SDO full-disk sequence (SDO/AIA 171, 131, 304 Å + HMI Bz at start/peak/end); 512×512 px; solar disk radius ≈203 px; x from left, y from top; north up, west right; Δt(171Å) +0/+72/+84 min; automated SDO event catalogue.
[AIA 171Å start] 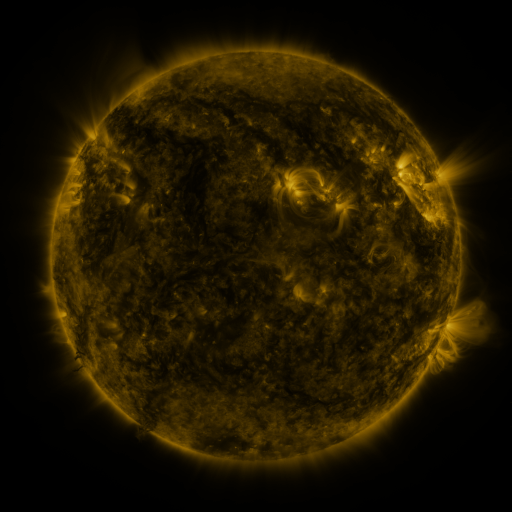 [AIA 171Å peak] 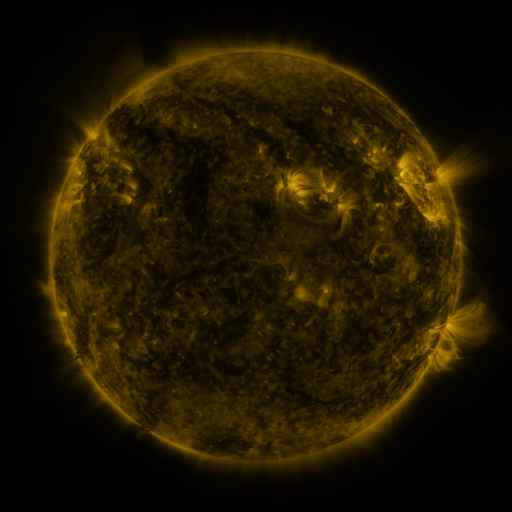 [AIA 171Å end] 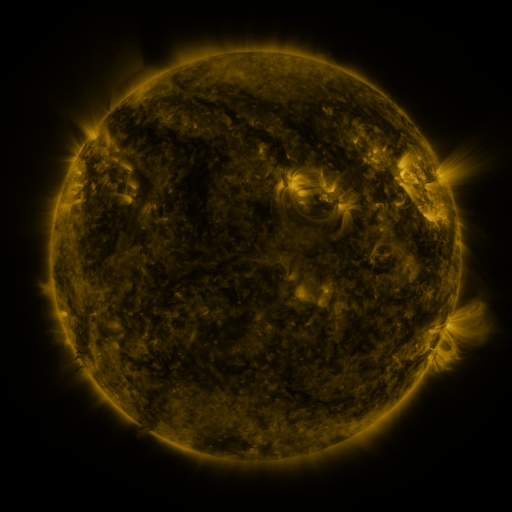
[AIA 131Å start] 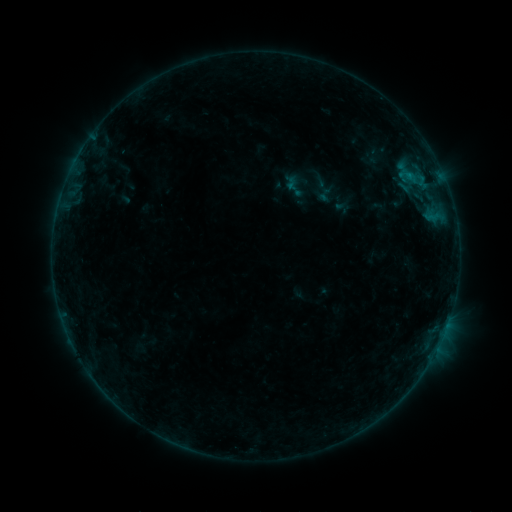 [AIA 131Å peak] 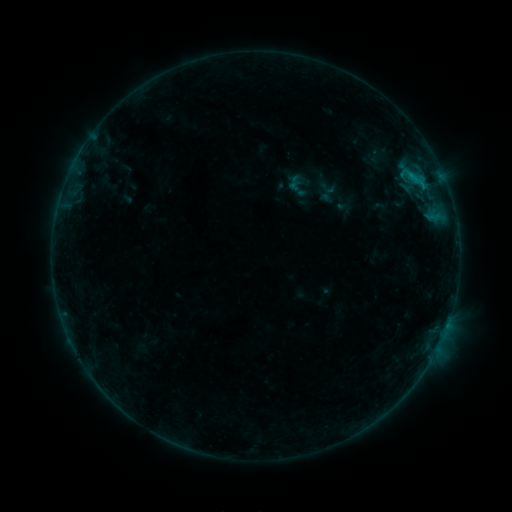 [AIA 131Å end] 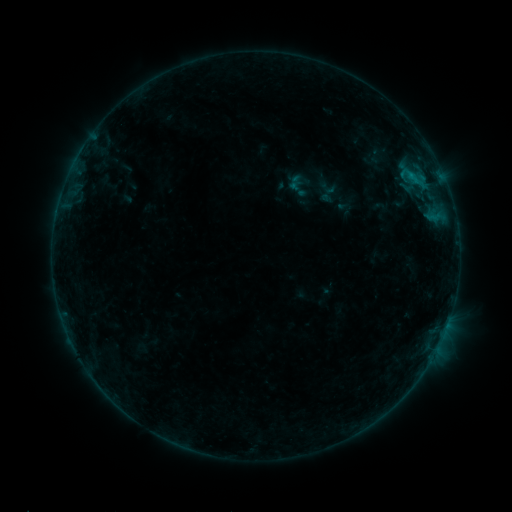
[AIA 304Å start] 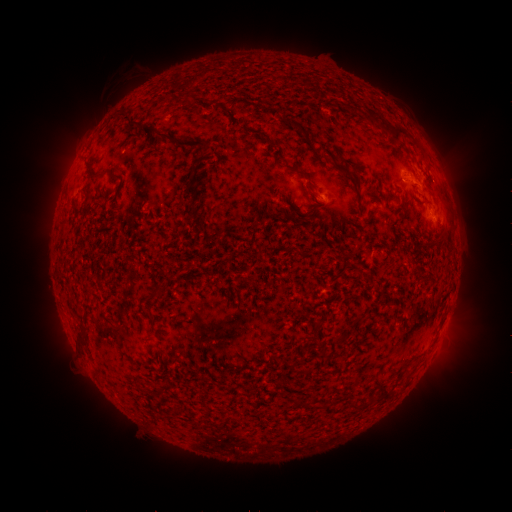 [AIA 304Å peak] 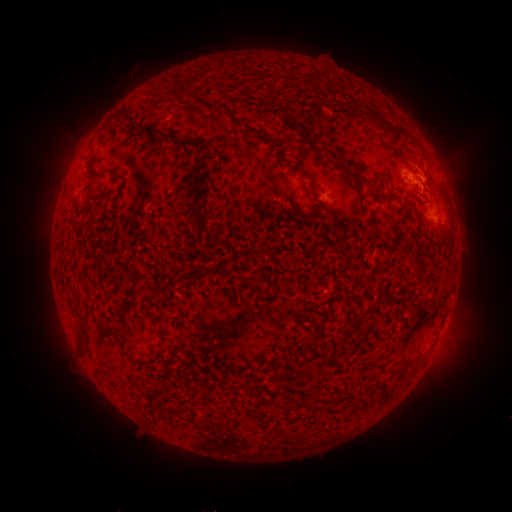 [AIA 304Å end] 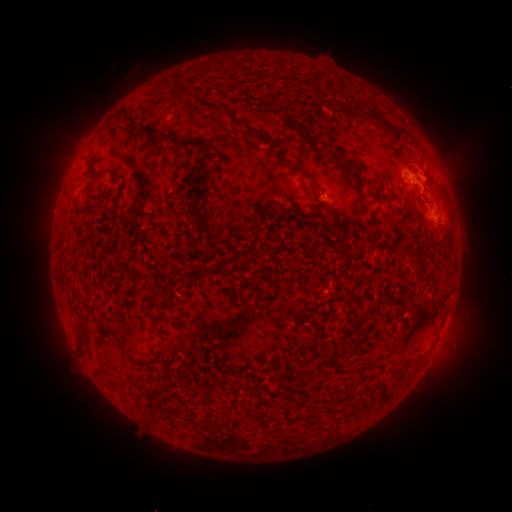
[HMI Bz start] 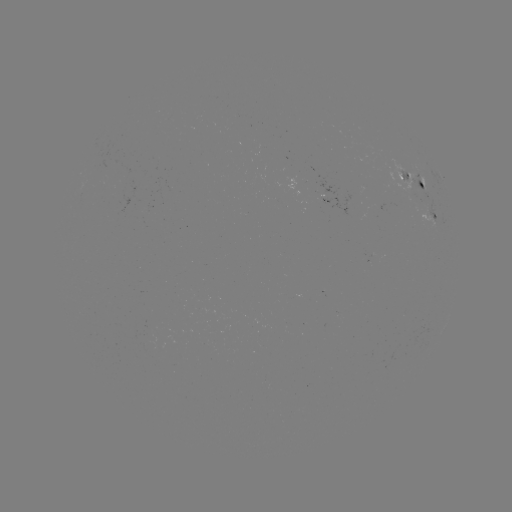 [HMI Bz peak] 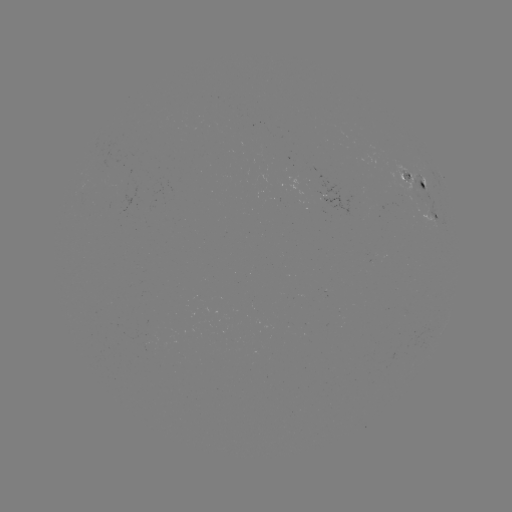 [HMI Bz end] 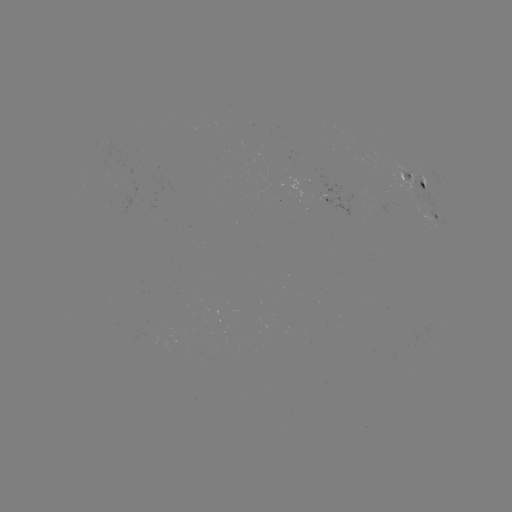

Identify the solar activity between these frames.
emerging-flux region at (329, 202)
